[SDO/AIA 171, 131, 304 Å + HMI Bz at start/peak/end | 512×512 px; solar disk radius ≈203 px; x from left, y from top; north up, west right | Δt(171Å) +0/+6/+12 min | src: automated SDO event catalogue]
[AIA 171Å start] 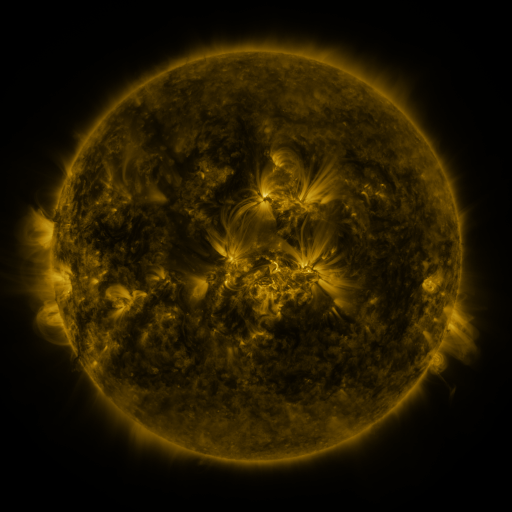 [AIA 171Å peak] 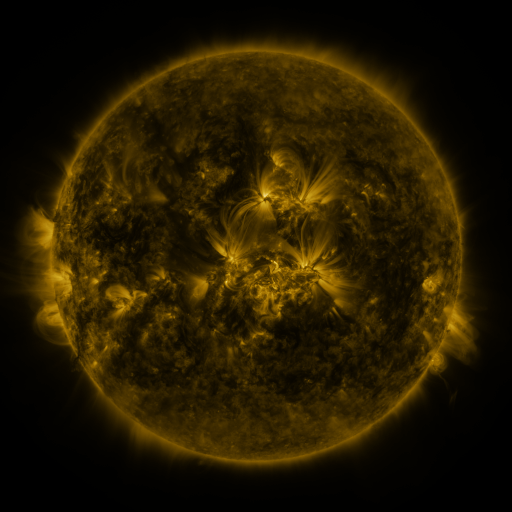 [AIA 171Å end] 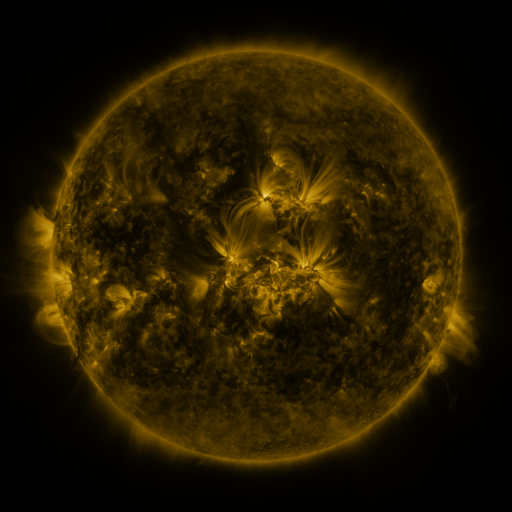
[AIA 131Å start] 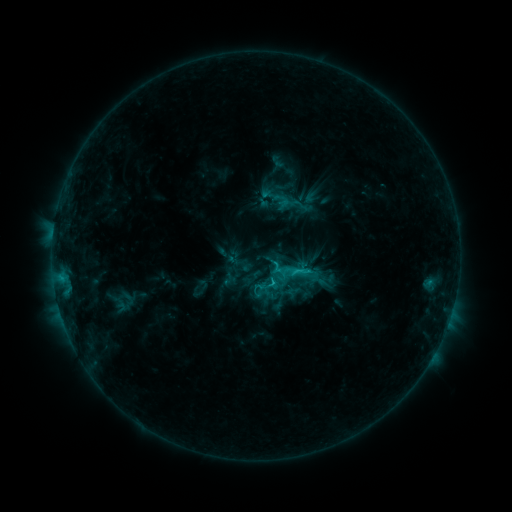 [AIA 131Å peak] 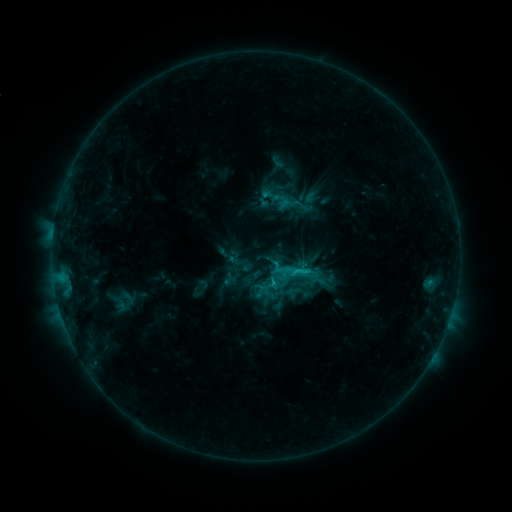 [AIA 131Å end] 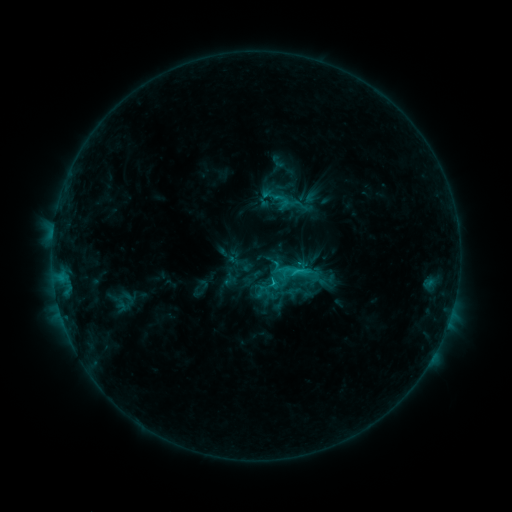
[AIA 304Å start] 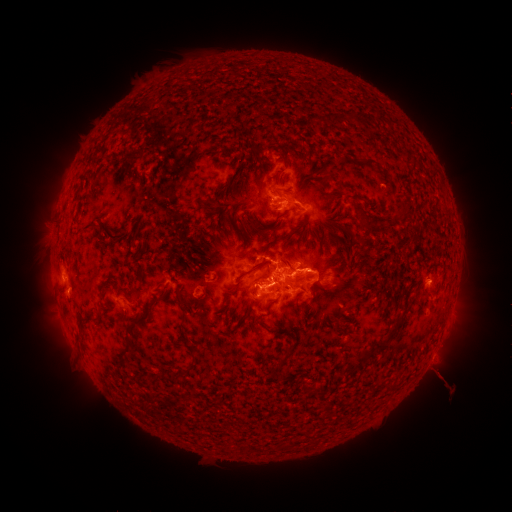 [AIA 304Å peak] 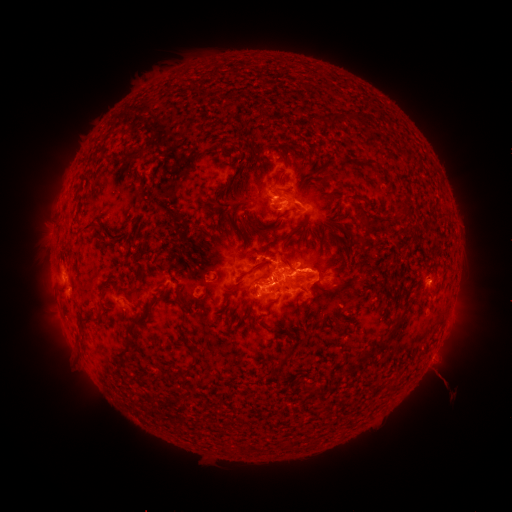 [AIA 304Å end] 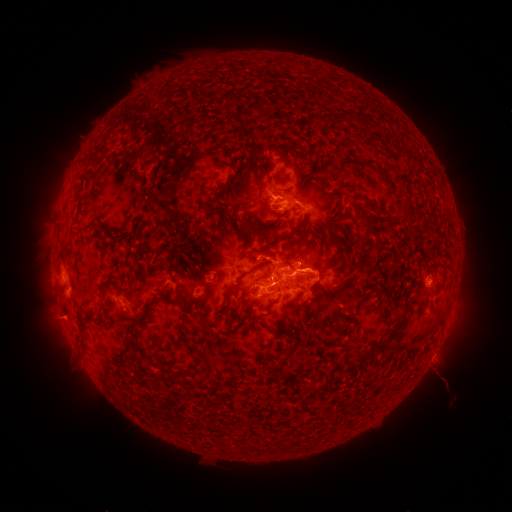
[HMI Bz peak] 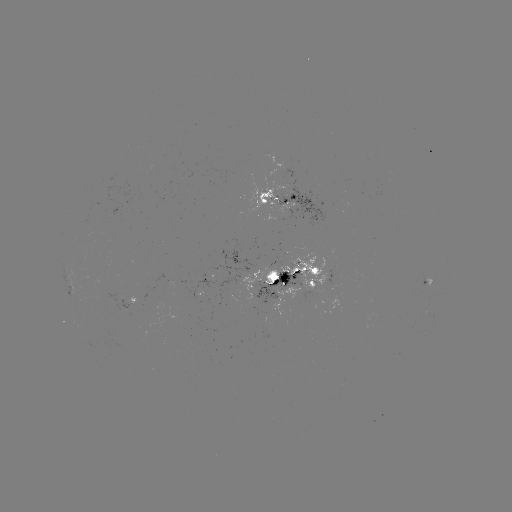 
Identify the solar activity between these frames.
eruption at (60, 320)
